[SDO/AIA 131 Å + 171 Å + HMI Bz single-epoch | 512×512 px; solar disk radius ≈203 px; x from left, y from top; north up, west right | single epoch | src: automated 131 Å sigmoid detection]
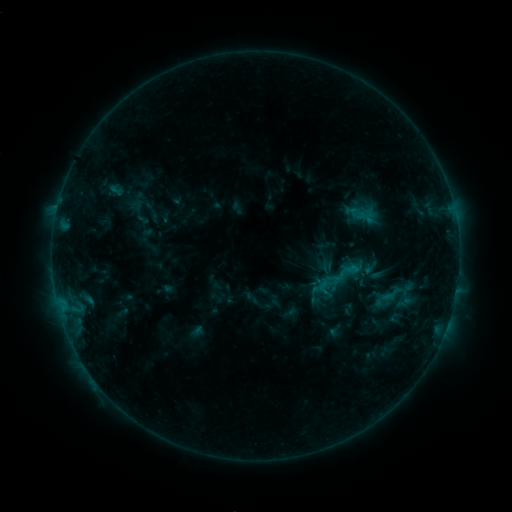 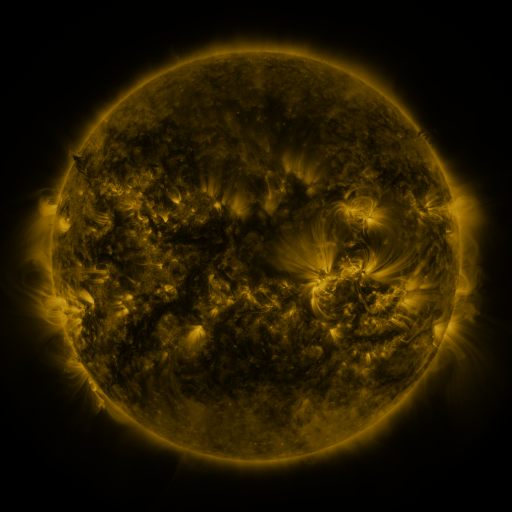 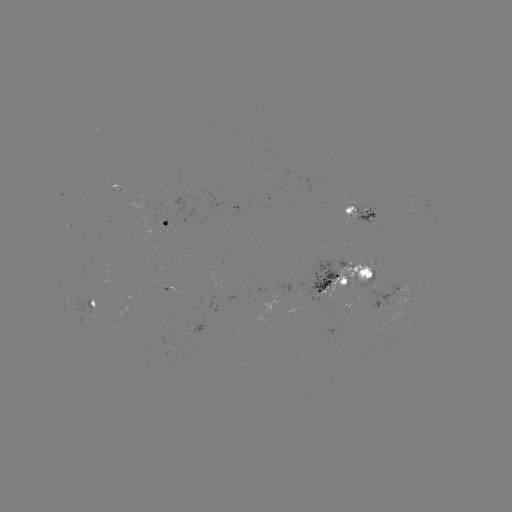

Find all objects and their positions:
sigmoid: (379, 280, 403, 308)
